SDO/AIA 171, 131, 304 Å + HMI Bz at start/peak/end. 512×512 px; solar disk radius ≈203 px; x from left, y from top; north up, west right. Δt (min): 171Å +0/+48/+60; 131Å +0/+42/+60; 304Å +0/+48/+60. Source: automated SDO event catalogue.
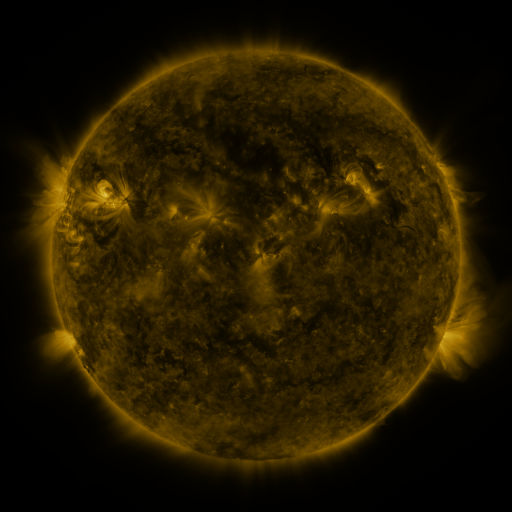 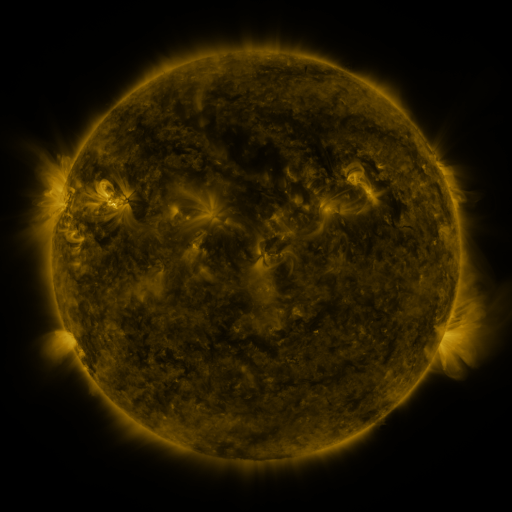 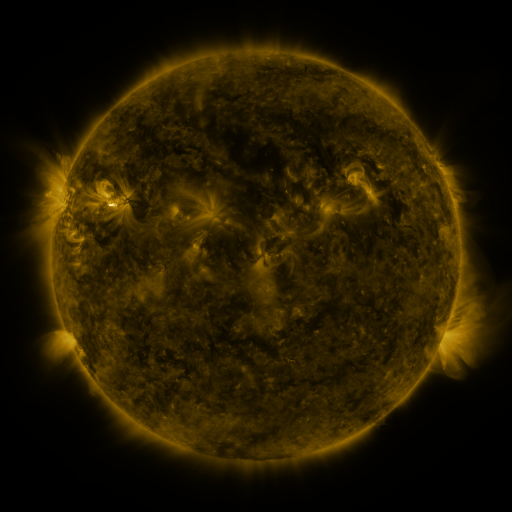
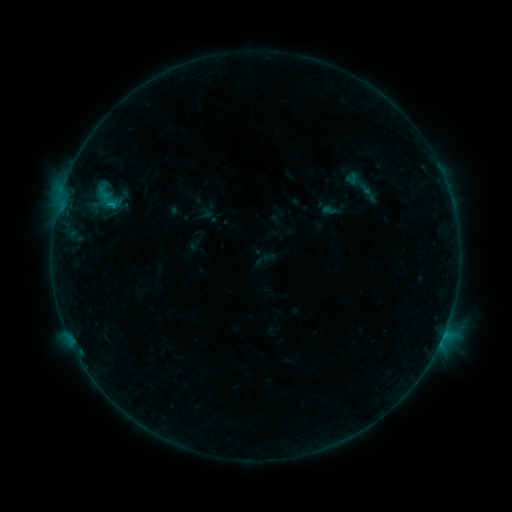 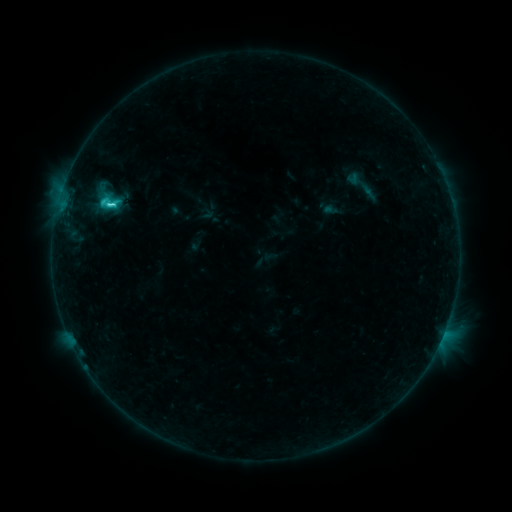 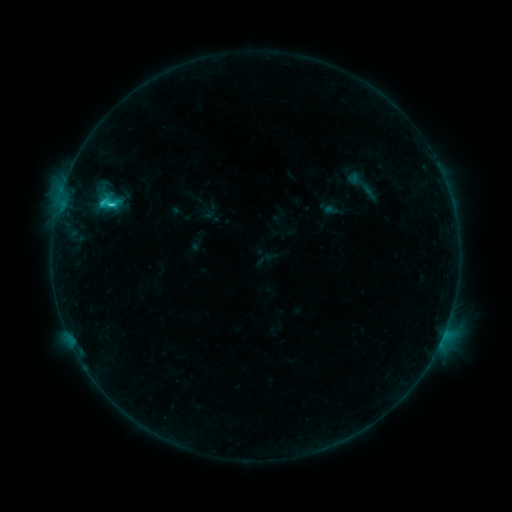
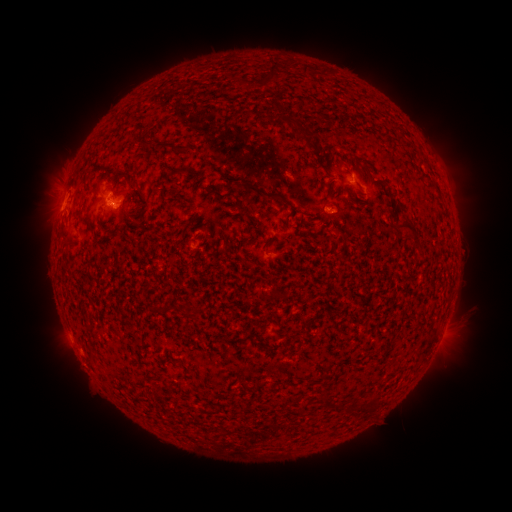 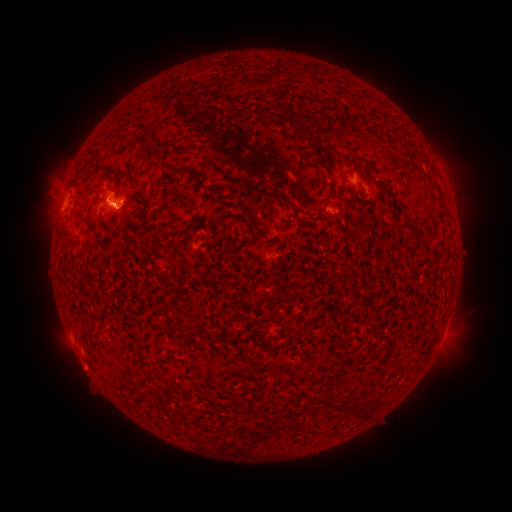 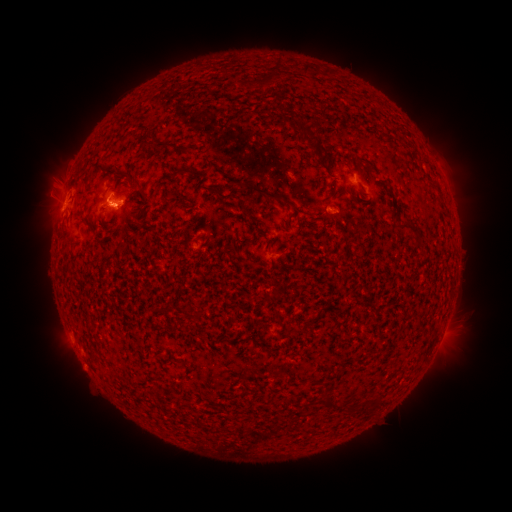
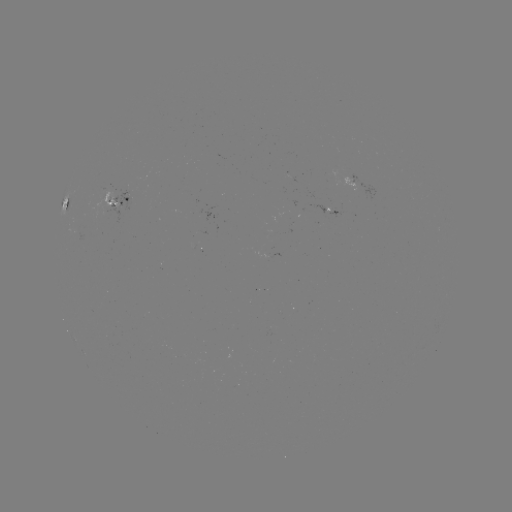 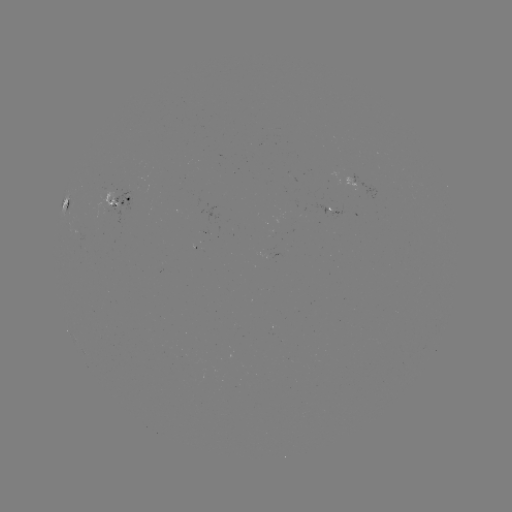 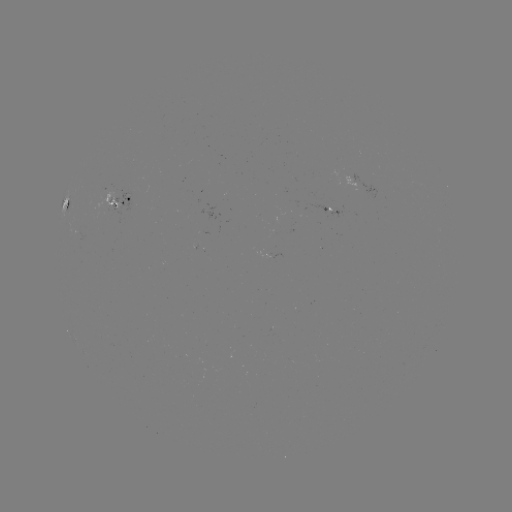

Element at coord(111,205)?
C3.8 flare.